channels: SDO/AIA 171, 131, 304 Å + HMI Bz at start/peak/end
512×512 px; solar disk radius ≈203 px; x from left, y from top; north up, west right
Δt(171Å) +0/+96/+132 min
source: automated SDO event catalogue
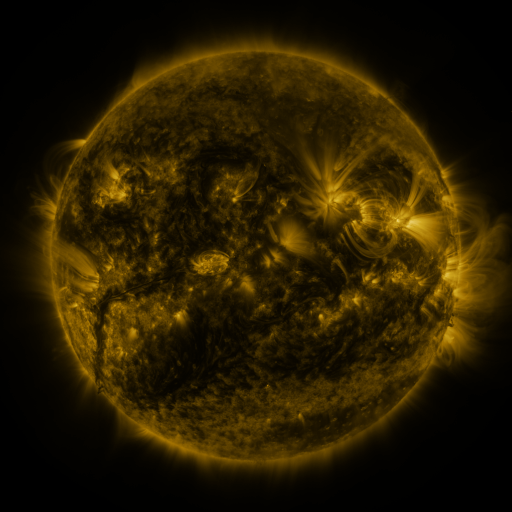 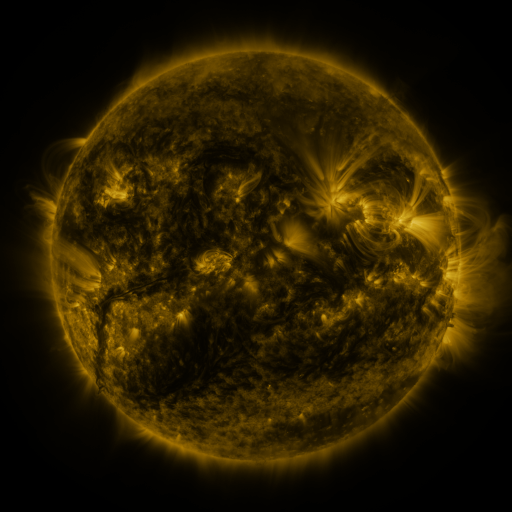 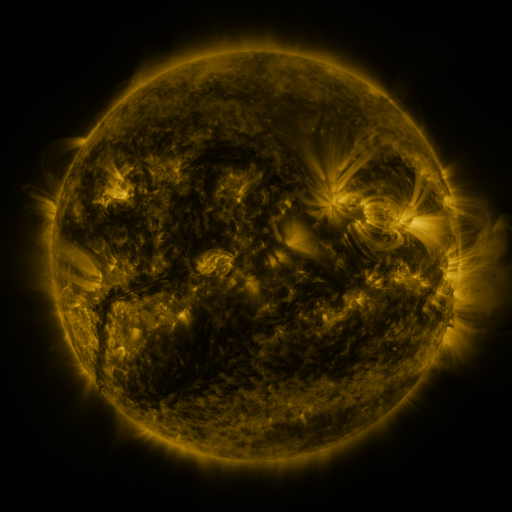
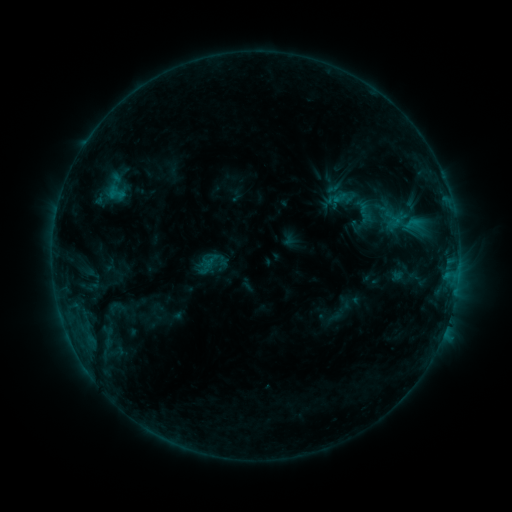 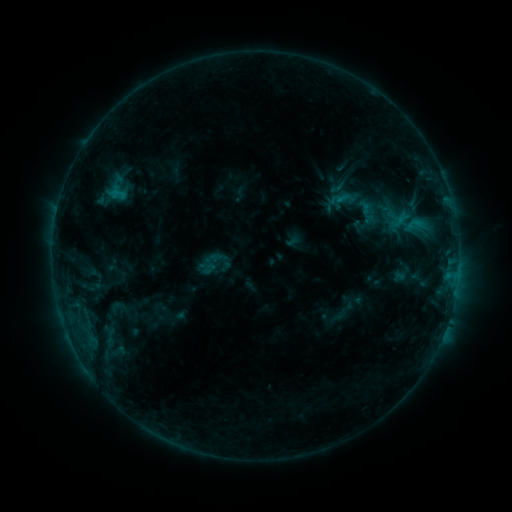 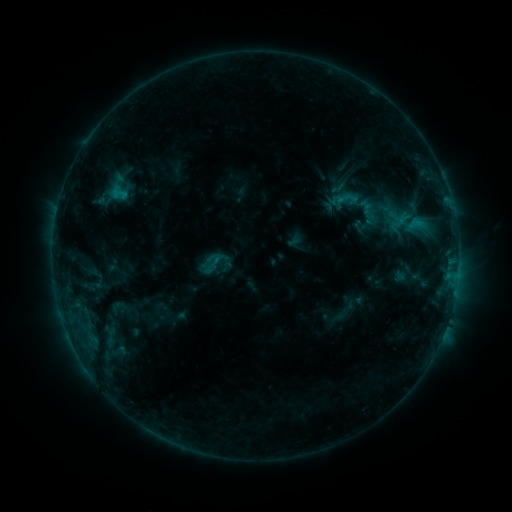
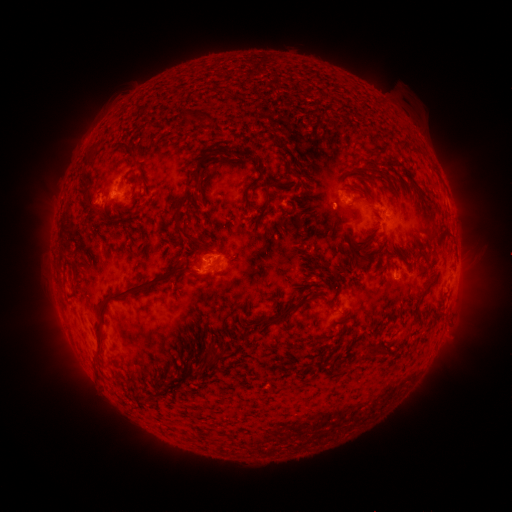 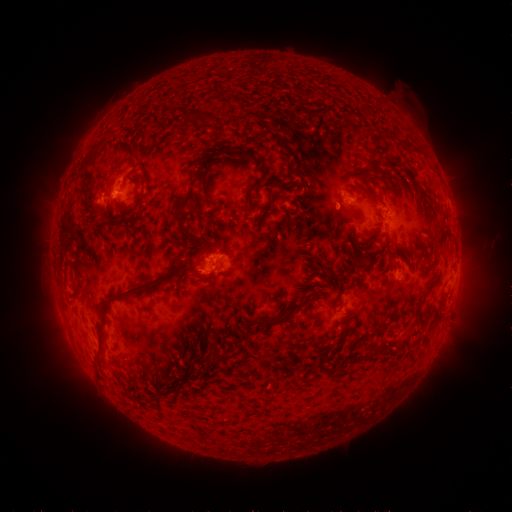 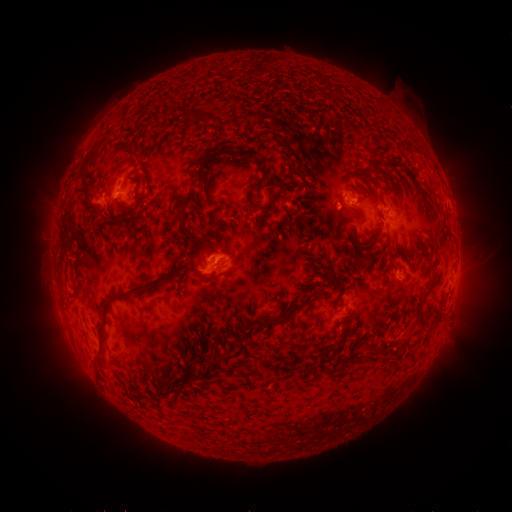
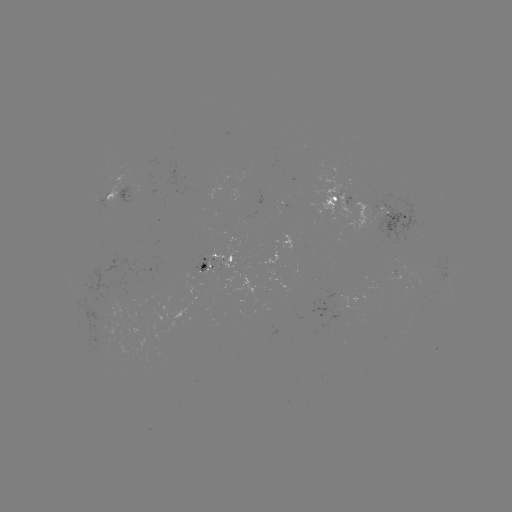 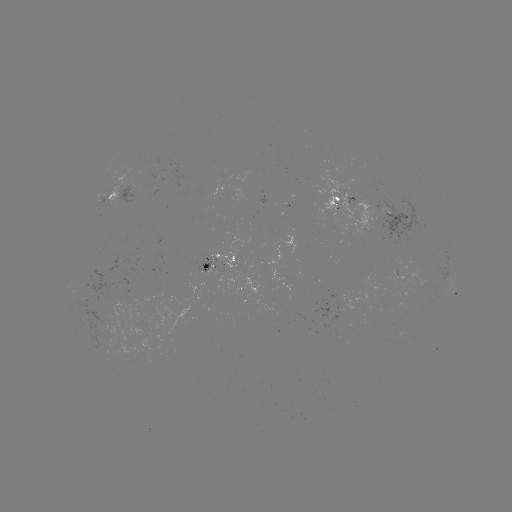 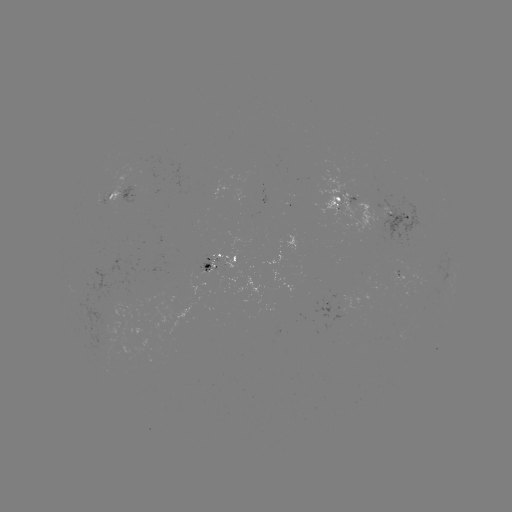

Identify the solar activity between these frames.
emerging-flux region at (108, 194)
